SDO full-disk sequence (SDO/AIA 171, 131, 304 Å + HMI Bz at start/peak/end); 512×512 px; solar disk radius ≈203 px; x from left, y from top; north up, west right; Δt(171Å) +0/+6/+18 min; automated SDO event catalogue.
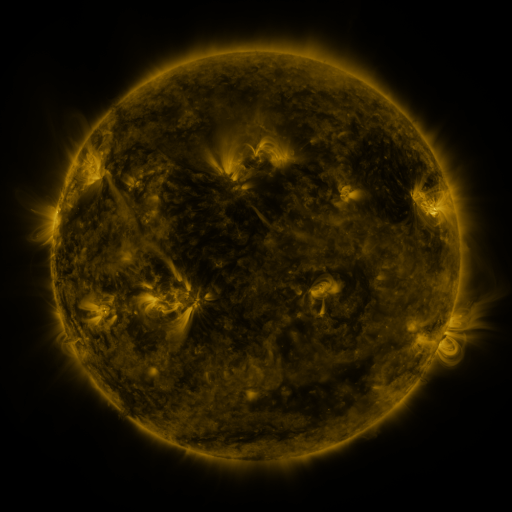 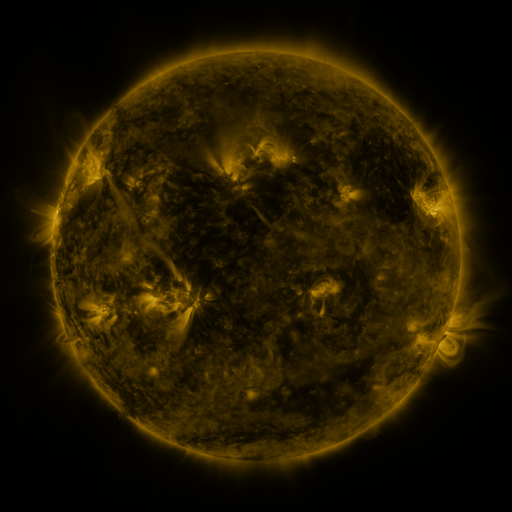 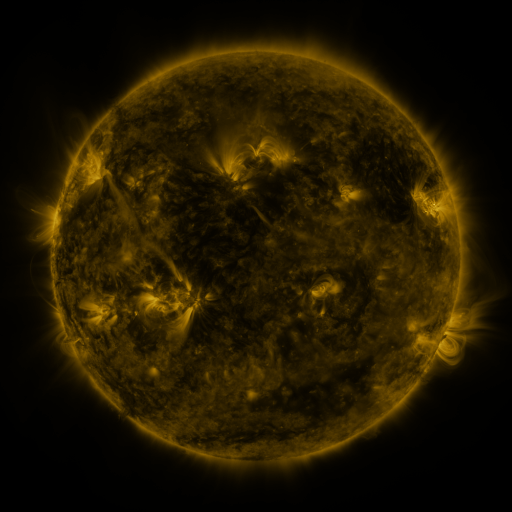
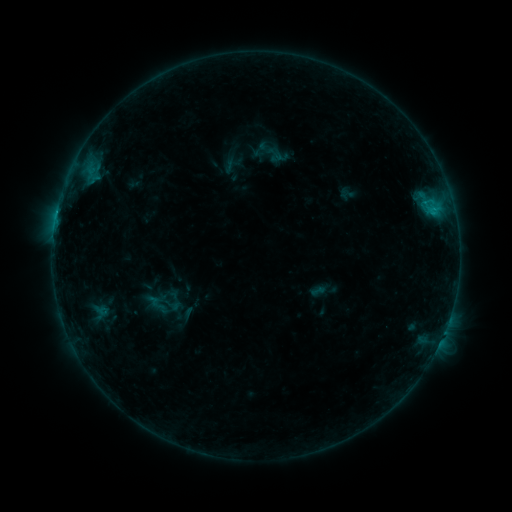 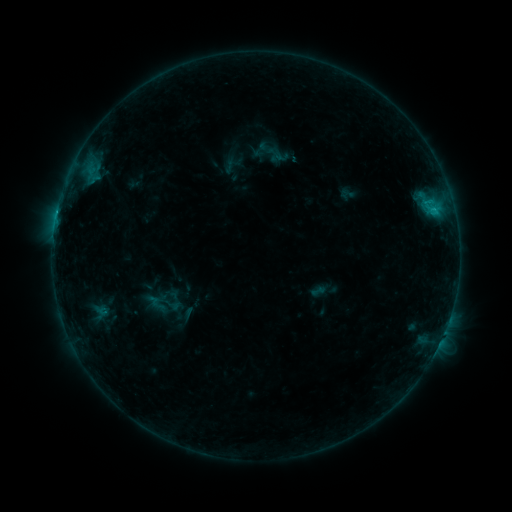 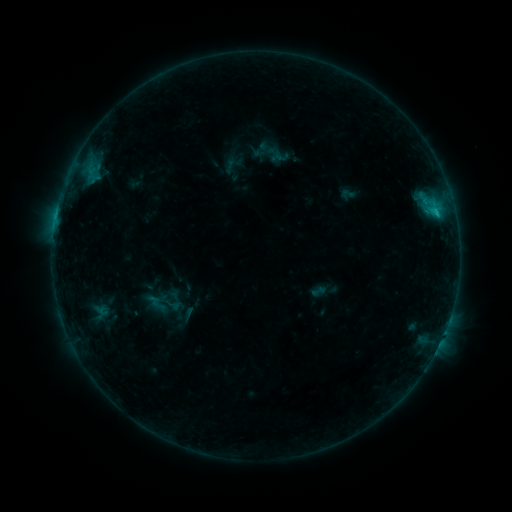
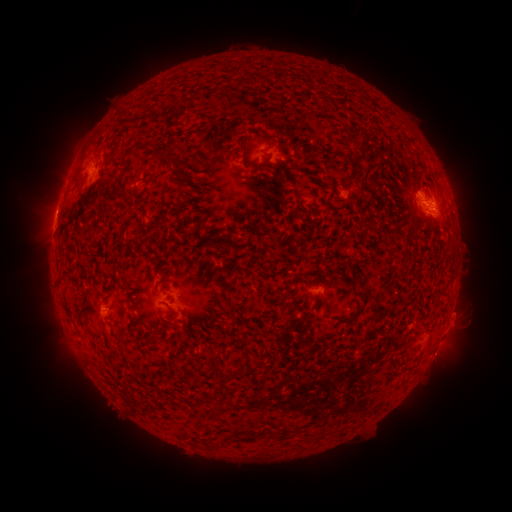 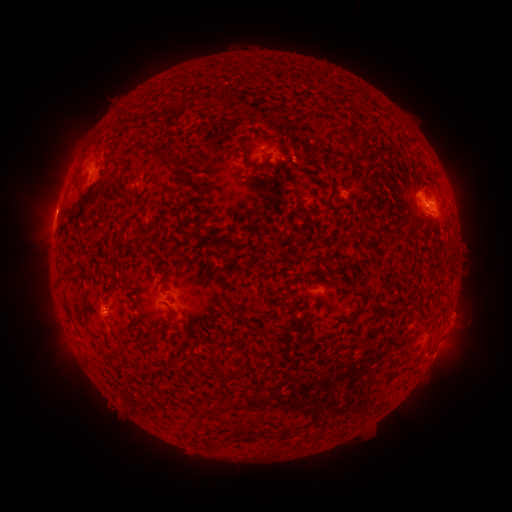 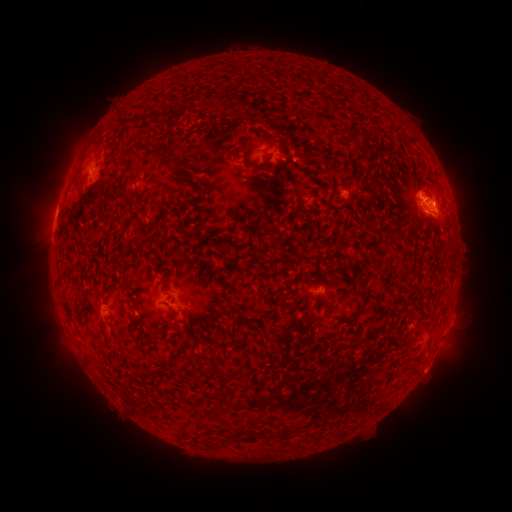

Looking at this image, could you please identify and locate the eruption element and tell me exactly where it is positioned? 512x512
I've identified eruption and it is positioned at (439, 366).